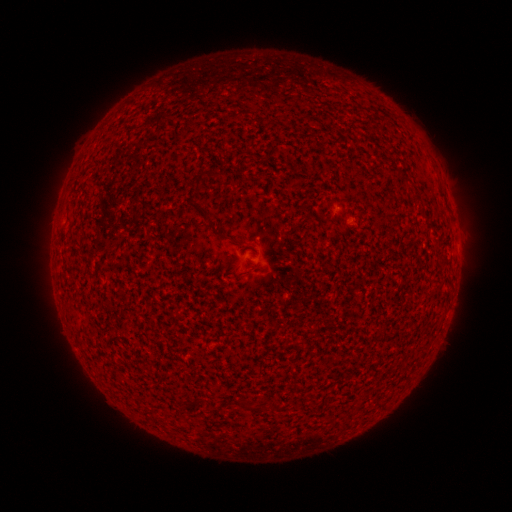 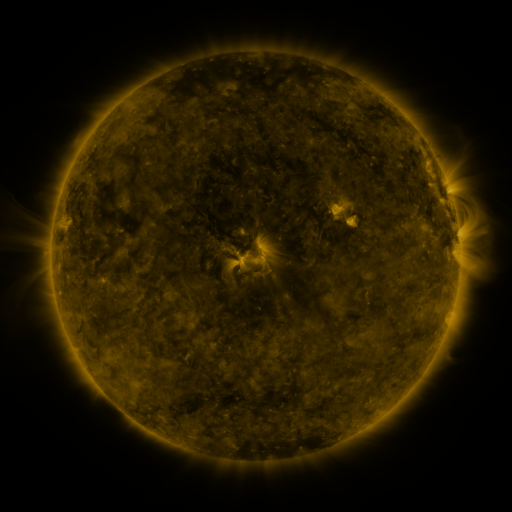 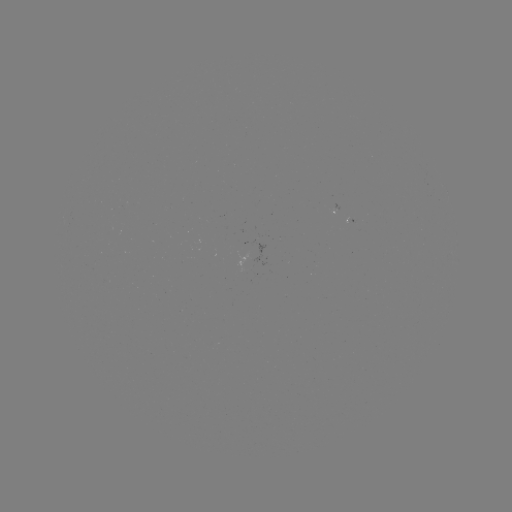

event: spotted active region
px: (338, 210)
